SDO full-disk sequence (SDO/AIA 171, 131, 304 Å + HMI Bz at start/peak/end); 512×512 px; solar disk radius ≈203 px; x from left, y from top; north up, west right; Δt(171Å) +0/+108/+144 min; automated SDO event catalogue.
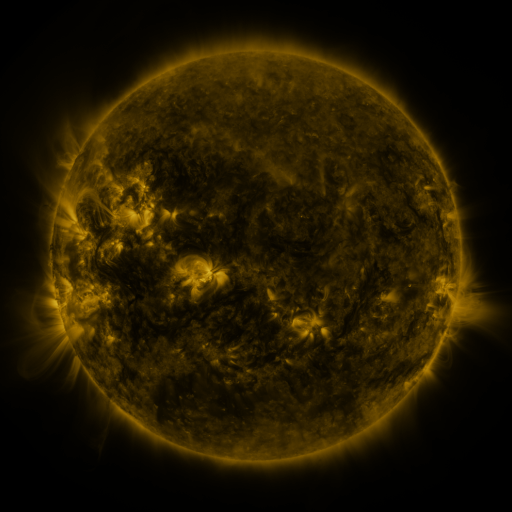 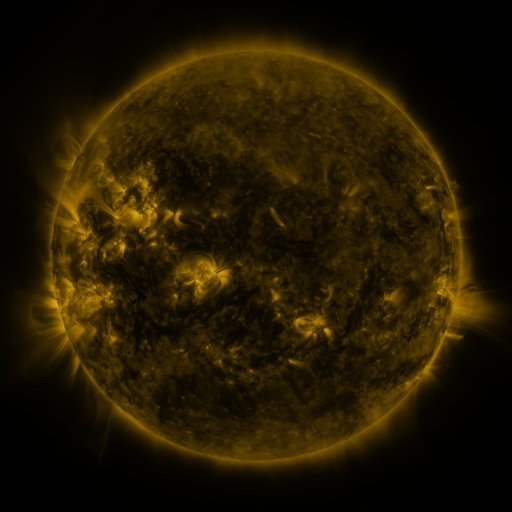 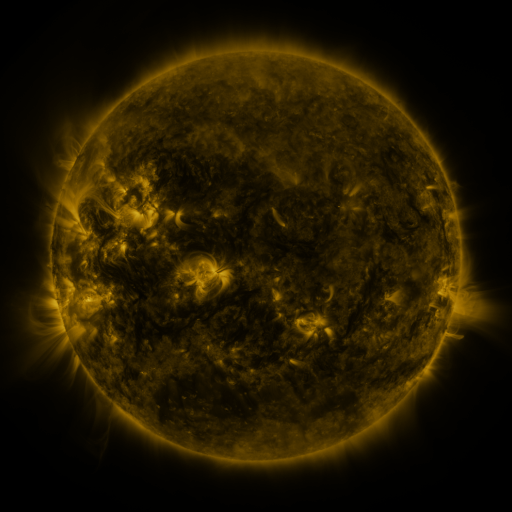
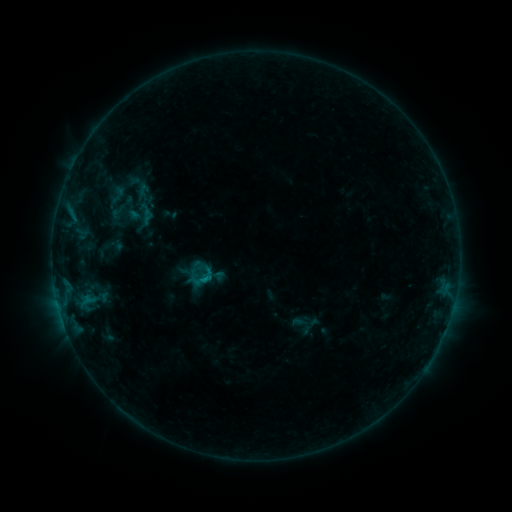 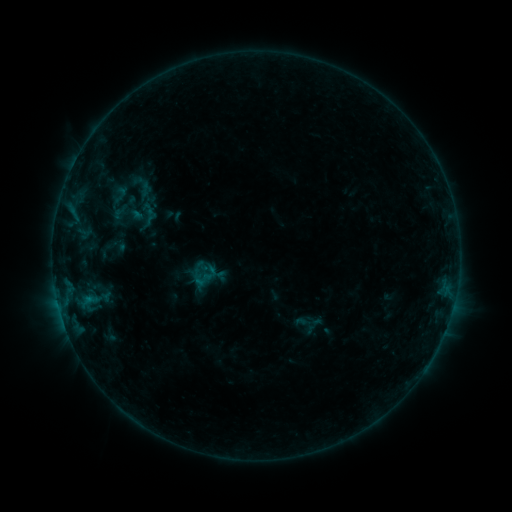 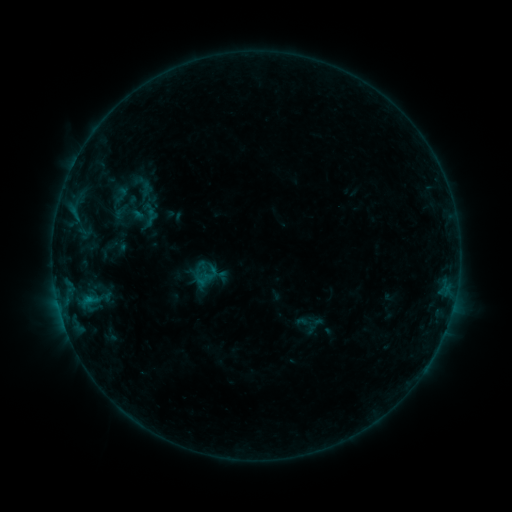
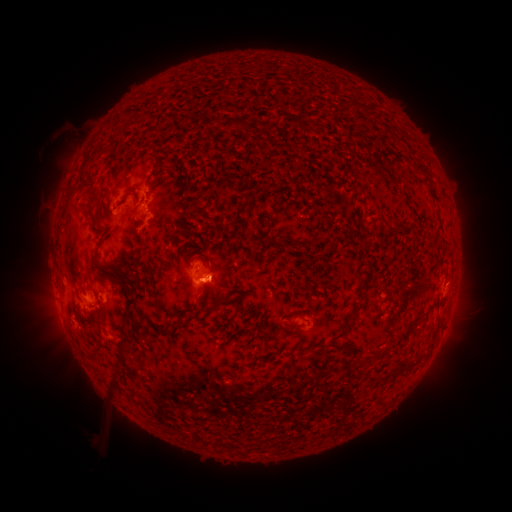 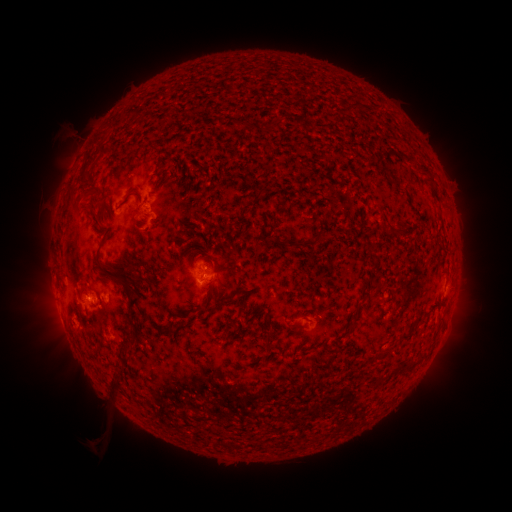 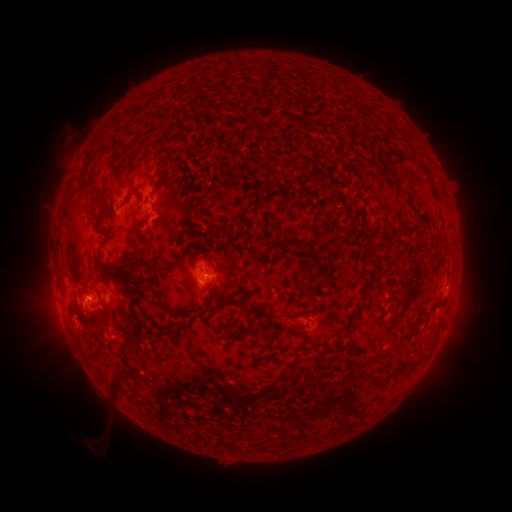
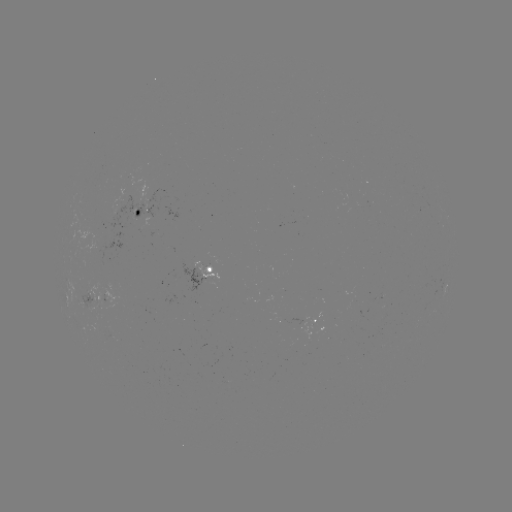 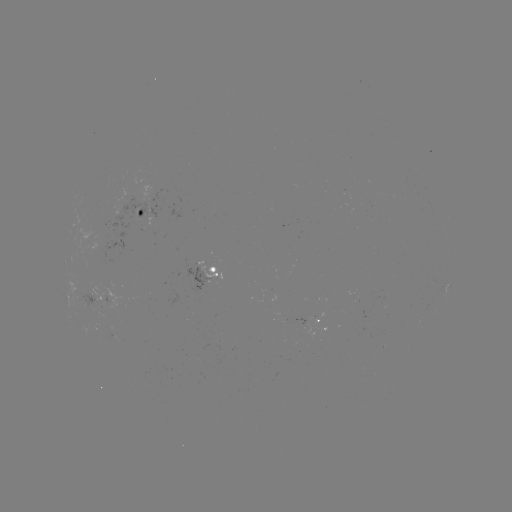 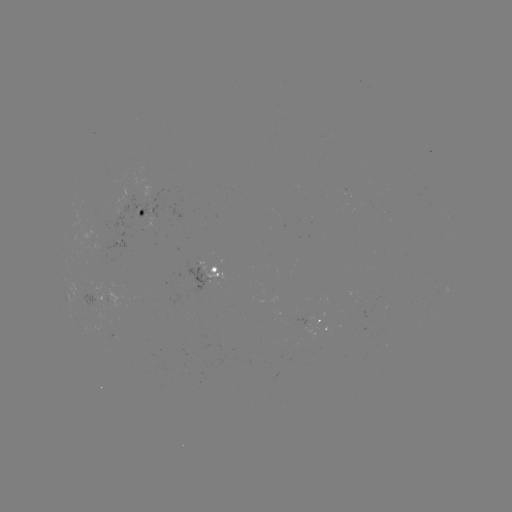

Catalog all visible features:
emerging-flux region: (92, 303)
